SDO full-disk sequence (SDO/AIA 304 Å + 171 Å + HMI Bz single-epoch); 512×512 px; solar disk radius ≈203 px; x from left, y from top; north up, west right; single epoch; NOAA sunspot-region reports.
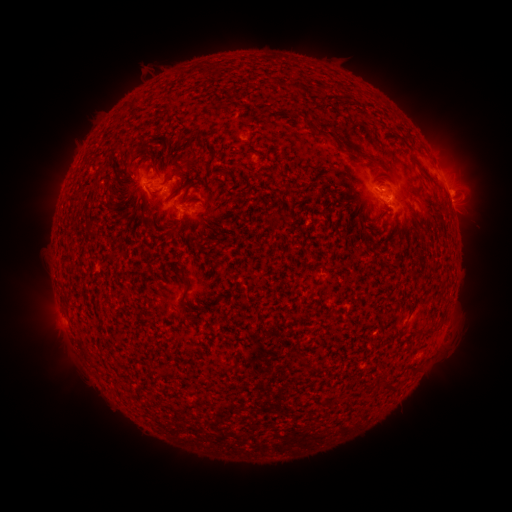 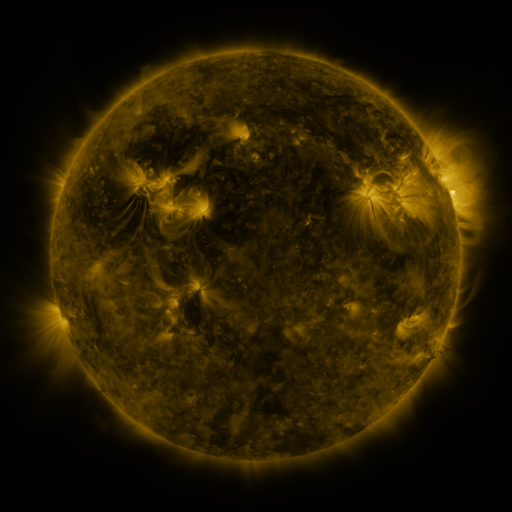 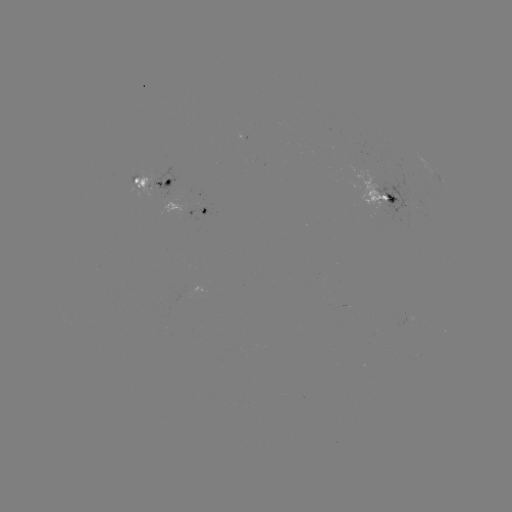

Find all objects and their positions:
spotted active region: (152, 184)
spotted active region: (383, 192)
spotted active region: (203, 209)
spotted active region: (427, 210)
spotted active region: (420, 354)
